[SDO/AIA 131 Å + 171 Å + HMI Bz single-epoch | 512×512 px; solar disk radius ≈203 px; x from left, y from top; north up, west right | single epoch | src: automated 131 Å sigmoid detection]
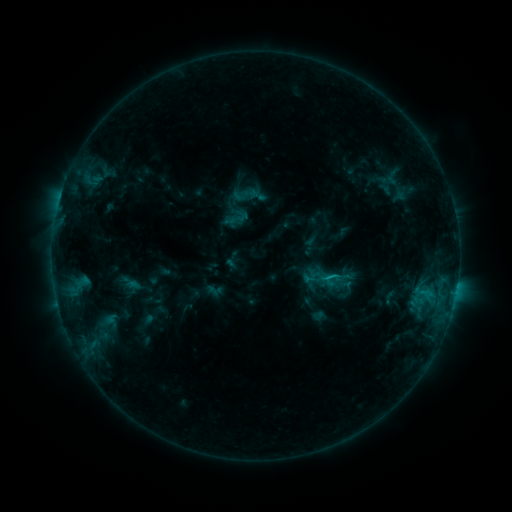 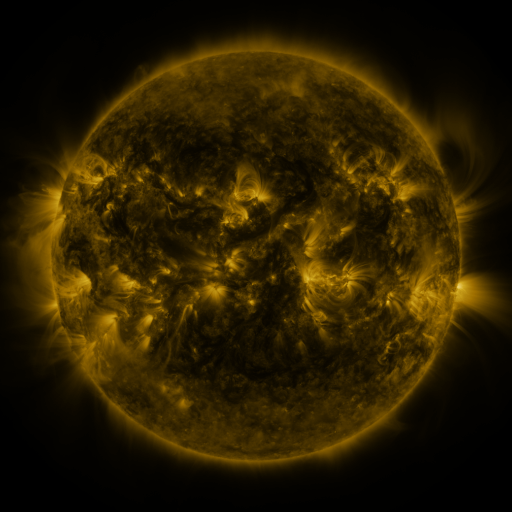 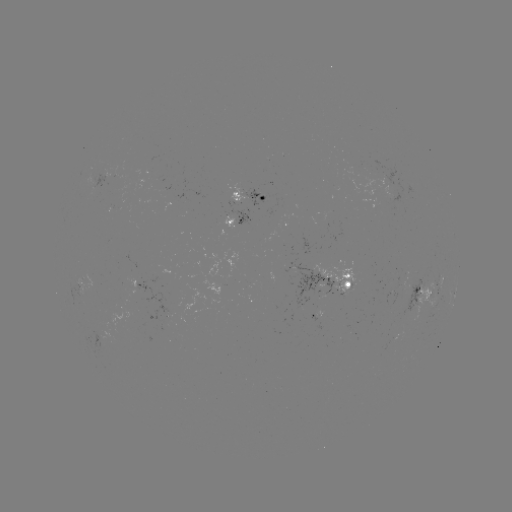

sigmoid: [228, 208, 246, 227]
